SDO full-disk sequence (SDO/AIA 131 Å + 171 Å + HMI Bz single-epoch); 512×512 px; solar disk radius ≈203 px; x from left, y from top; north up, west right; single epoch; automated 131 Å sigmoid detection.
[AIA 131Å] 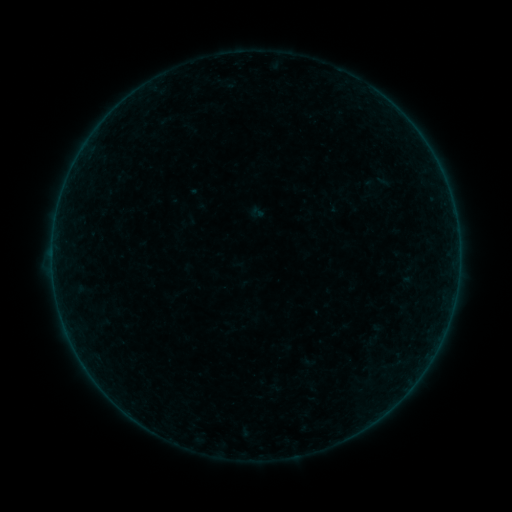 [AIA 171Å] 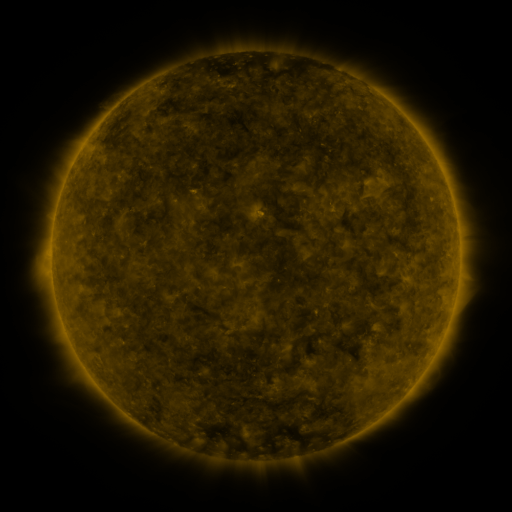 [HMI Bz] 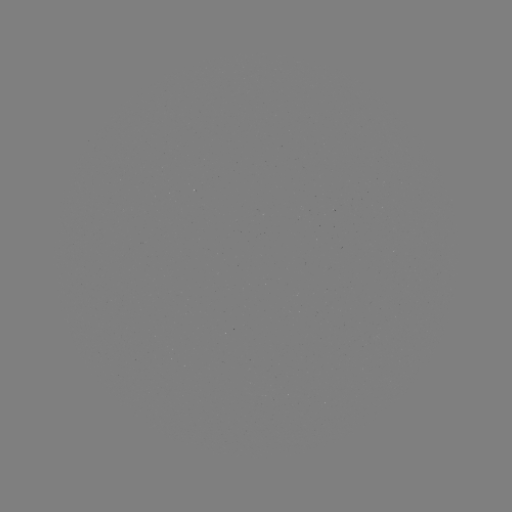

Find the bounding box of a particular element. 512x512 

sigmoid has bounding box [249, 204, 265, 221].